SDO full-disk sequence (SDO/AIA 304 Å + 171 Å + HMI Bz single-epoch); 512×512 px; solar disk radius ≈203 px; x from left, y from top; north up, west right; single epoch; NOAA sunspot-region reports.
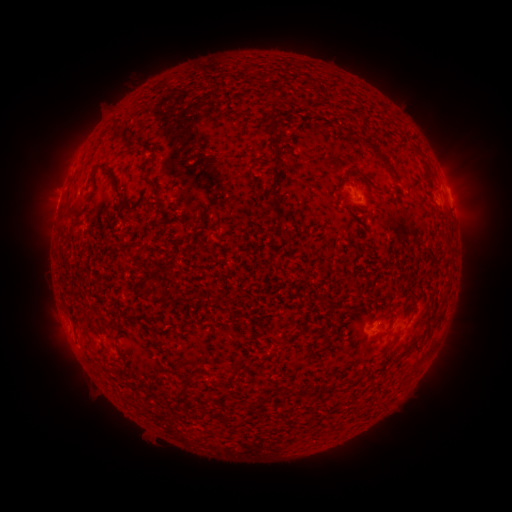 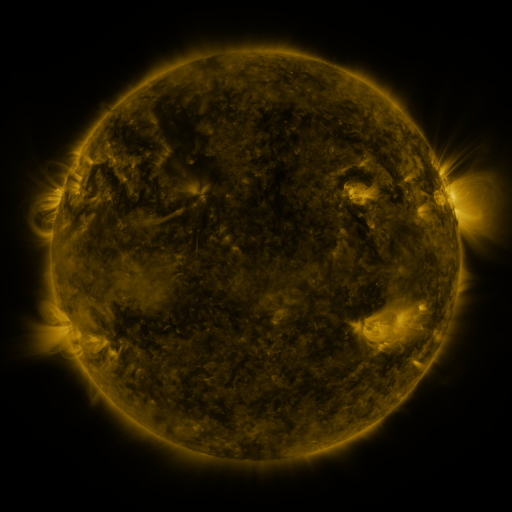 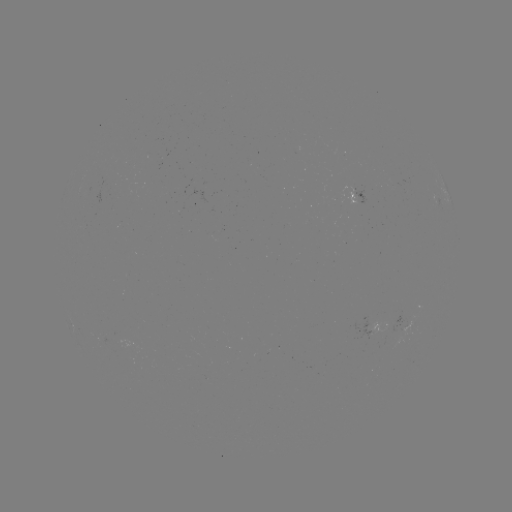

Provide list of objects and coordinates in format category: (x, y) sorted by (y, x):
spotted active region: (358, 199)
spotted active region: (451, 199)
